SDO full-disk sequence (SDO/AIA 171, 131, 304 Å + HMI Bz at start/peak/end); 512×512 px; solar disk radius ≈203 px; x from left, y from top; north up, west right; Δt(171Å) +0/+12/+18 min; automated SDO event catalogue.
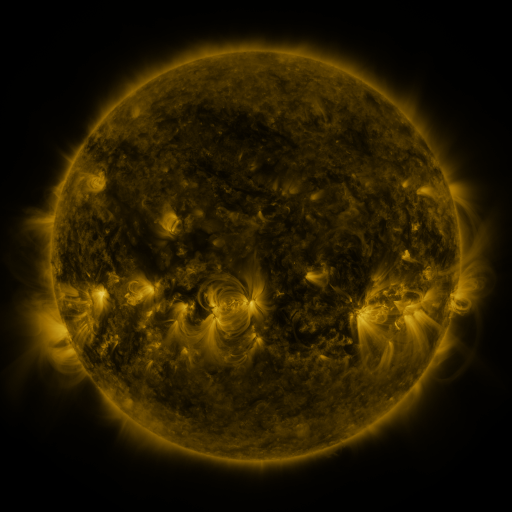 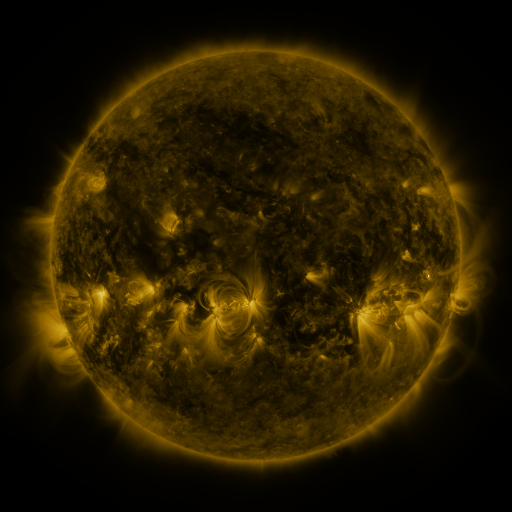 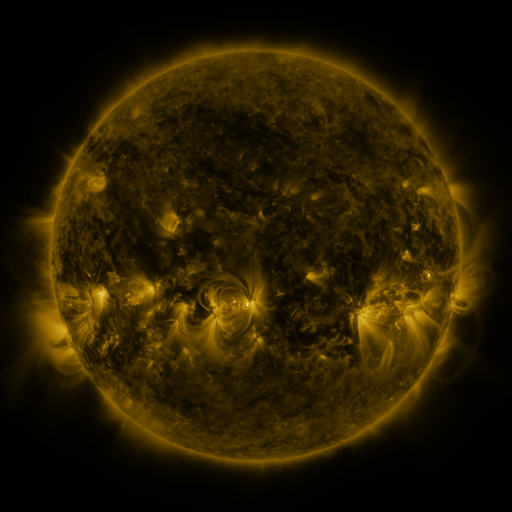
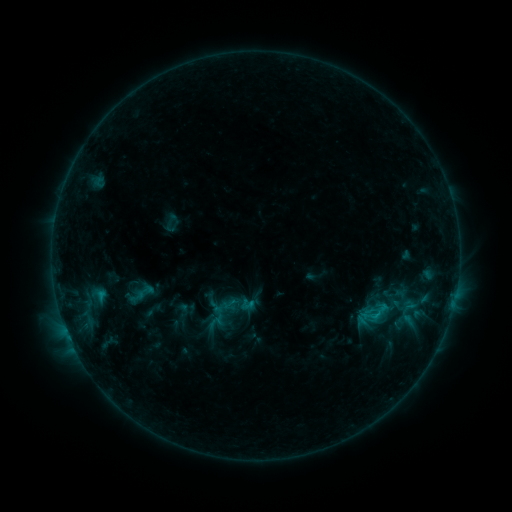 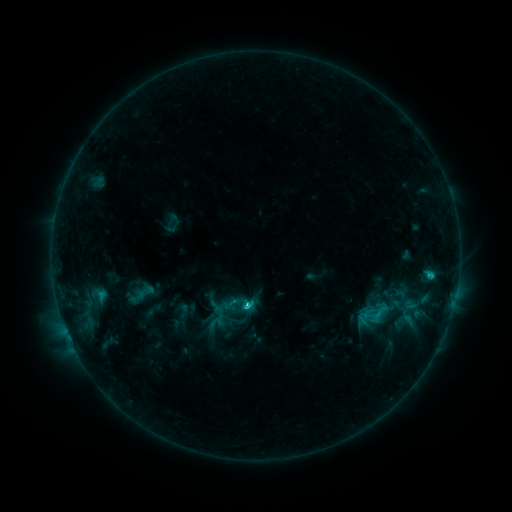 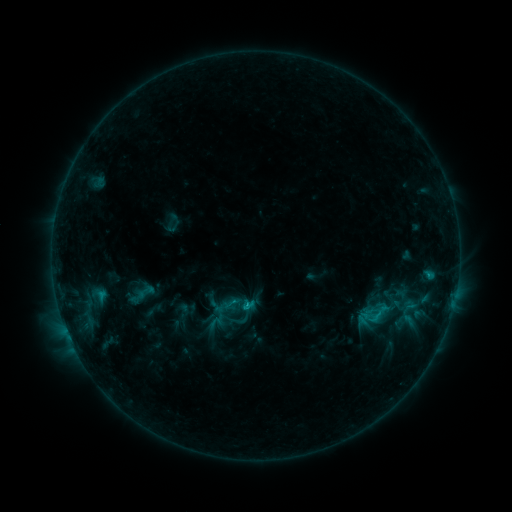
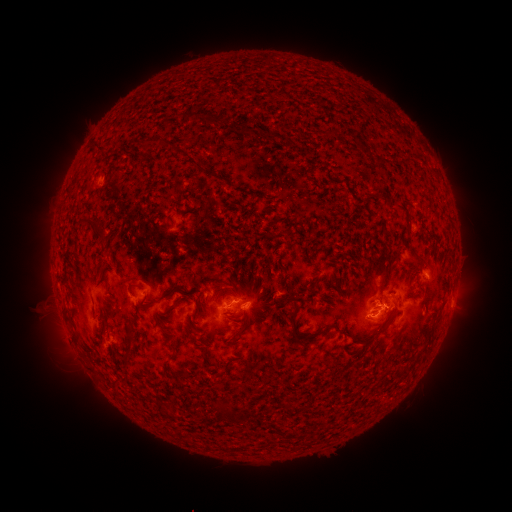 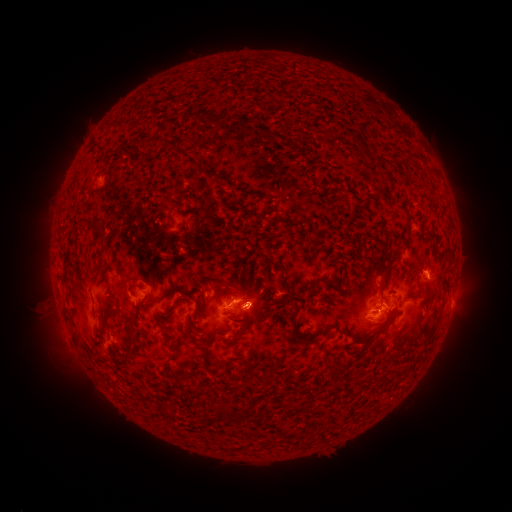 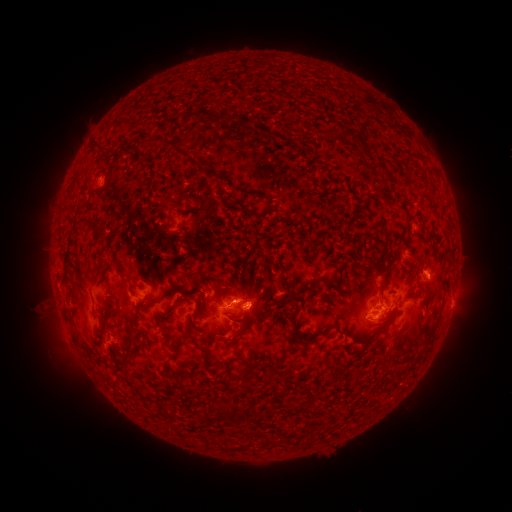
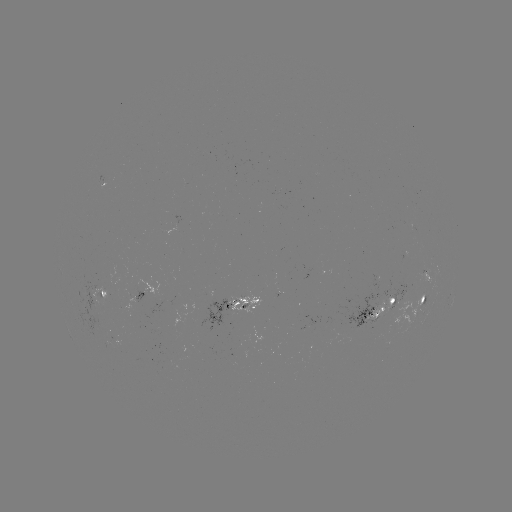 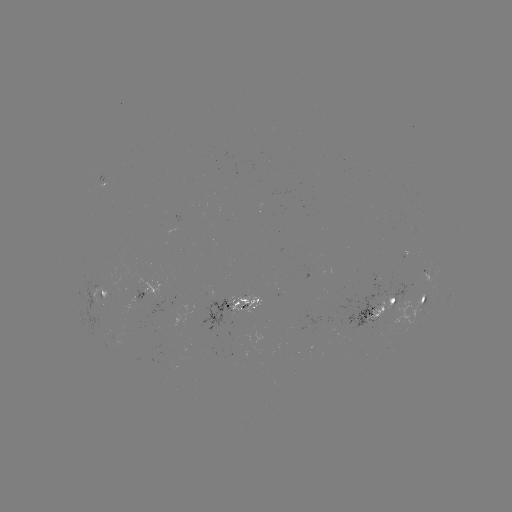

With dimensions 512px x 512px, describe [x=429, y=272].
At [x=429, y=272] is C2.2 flare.